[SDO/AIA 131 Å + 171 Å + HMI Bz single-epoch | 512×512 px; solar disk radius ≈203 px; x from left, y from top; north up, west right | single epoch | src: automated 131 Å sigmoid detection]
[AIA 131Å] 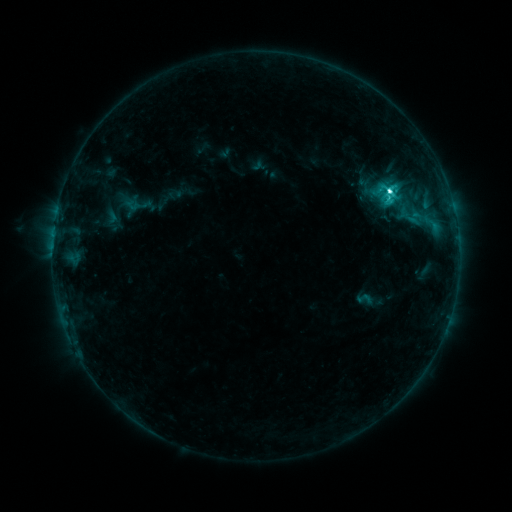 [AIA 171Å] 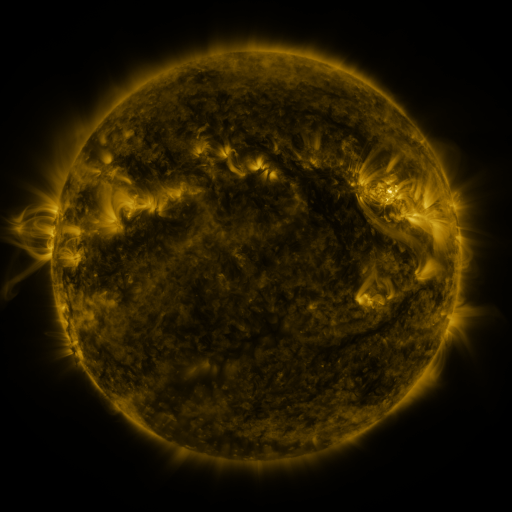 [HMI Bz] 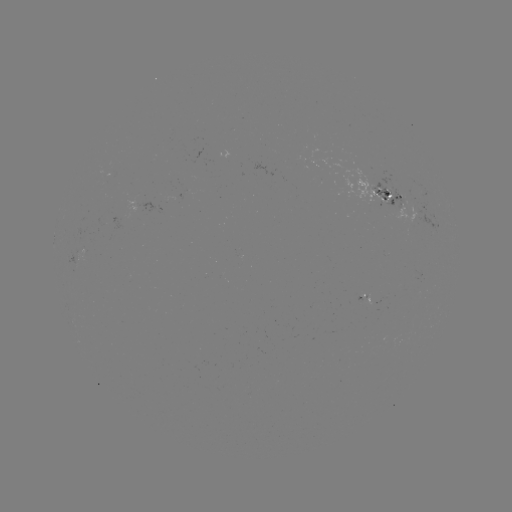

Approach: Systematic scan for sigmoid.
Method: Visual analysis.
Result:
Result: sigmoid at (365, 299).